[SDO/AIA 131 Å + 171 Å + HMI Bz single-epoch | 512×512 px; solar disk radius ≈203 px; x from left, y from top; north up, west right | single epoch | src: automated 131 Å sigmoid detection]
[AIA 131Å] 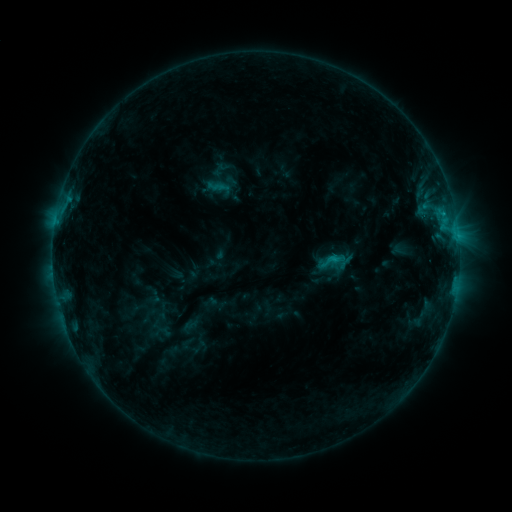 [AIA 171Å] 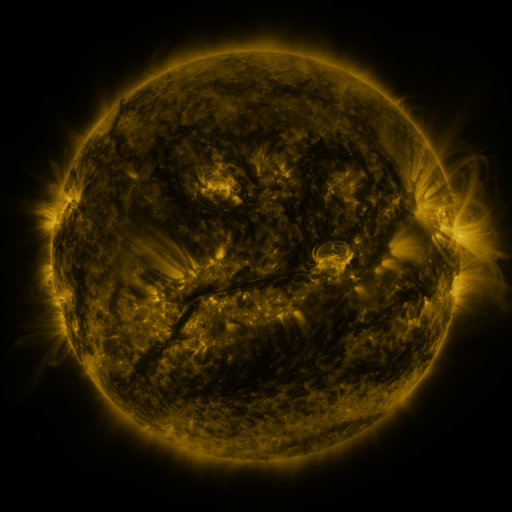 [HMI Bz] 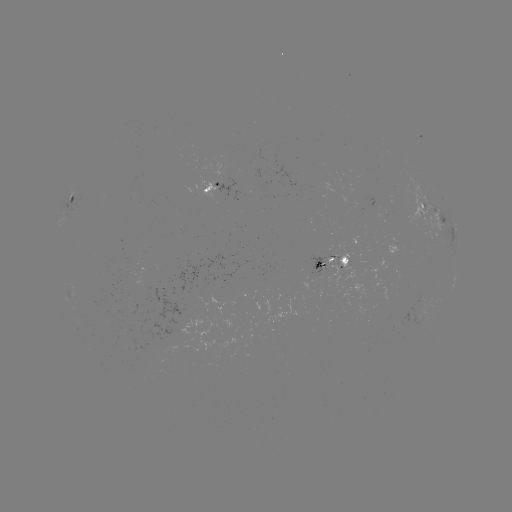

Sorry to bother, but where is sigmoid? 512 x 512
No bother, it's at [330, 261].